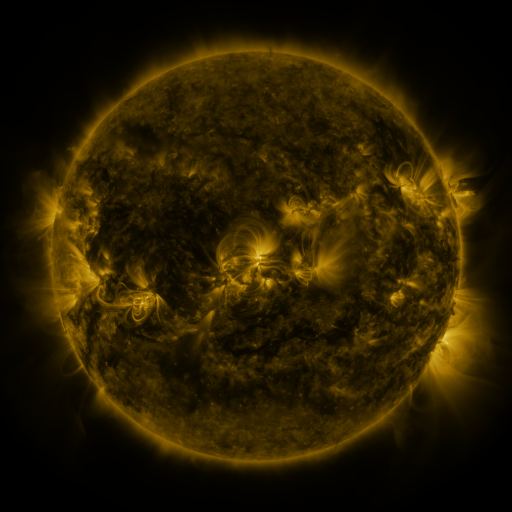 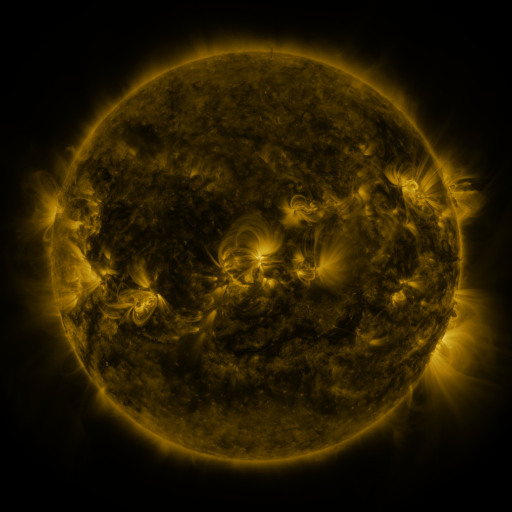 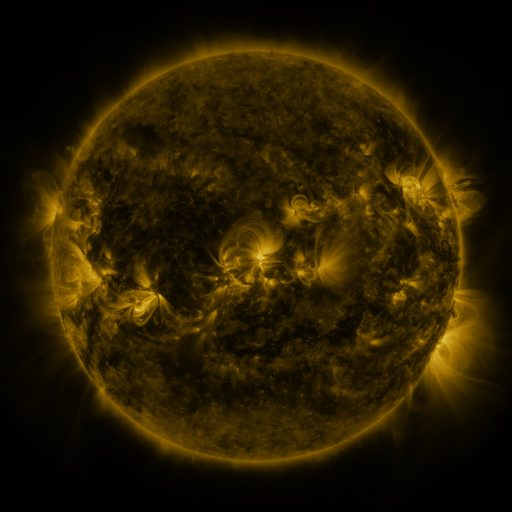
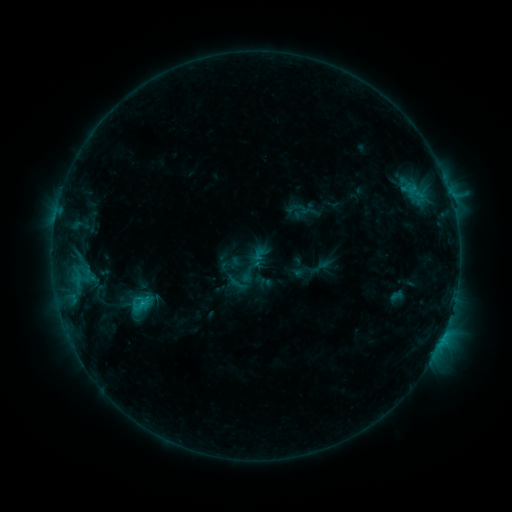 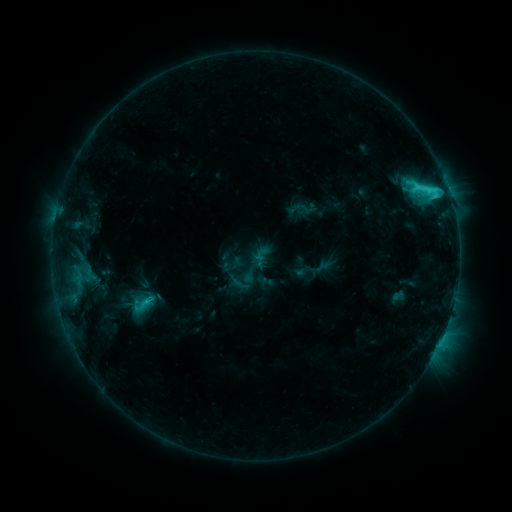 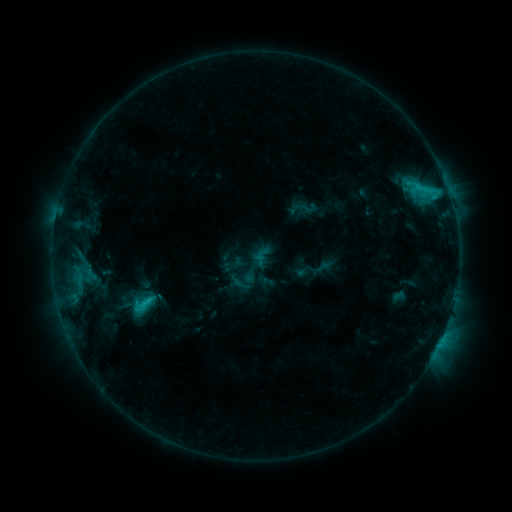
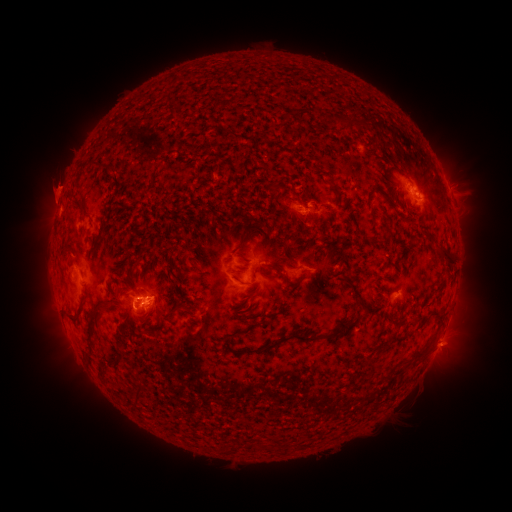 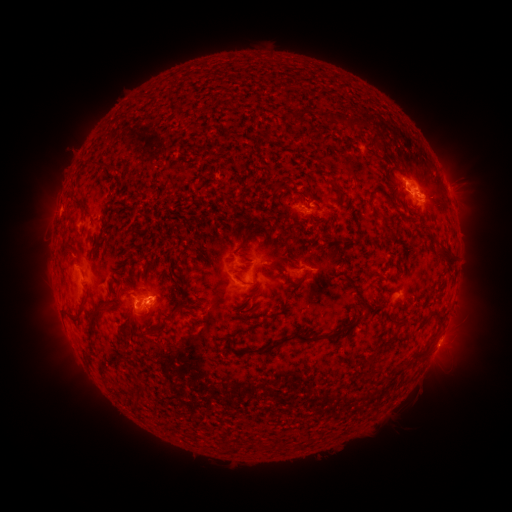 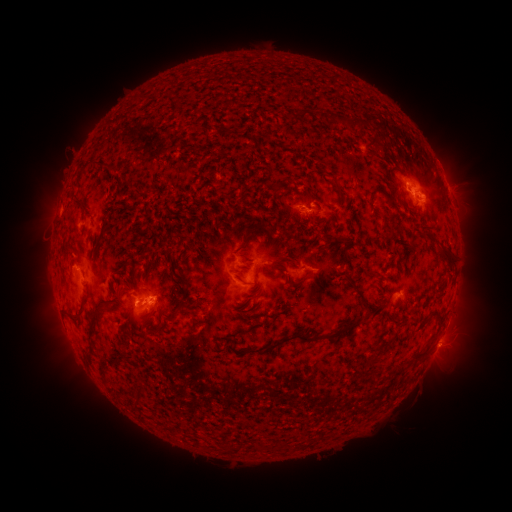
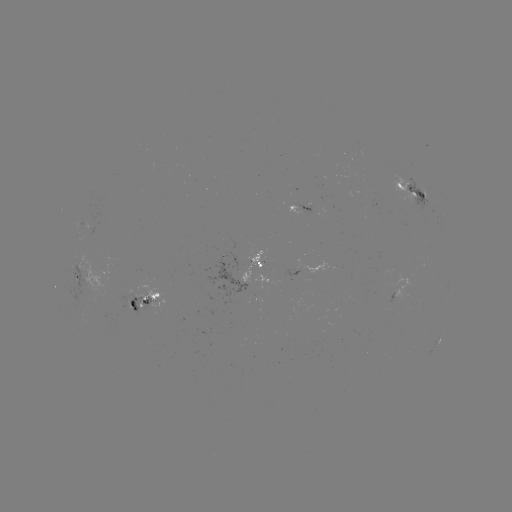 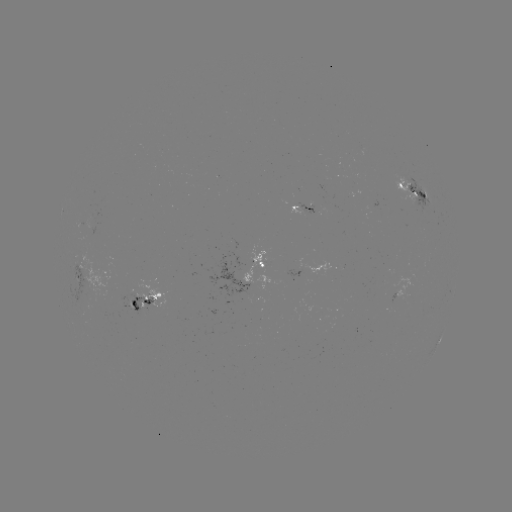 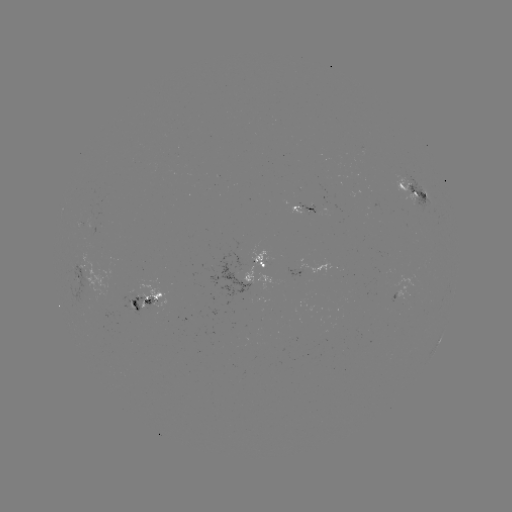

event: emerging-flux region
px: (297, 204)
